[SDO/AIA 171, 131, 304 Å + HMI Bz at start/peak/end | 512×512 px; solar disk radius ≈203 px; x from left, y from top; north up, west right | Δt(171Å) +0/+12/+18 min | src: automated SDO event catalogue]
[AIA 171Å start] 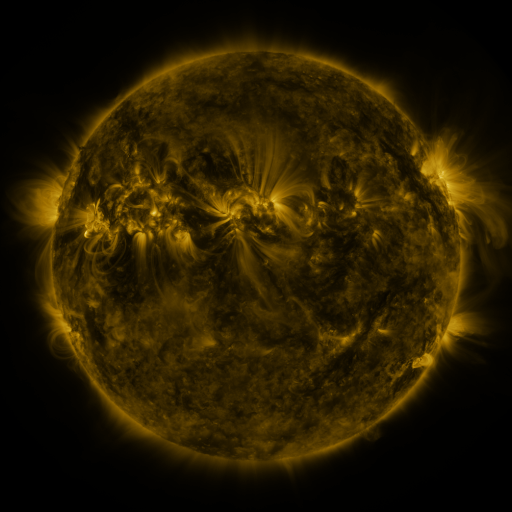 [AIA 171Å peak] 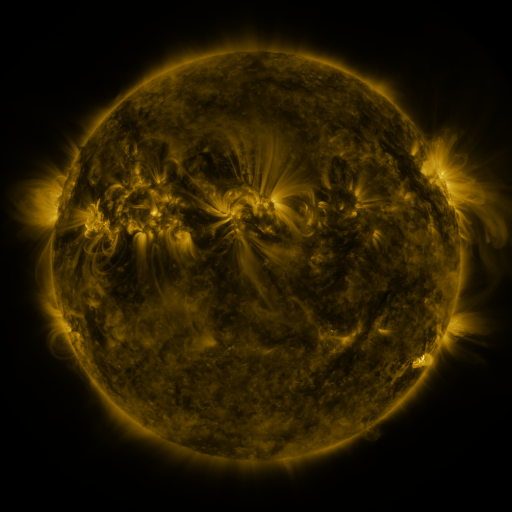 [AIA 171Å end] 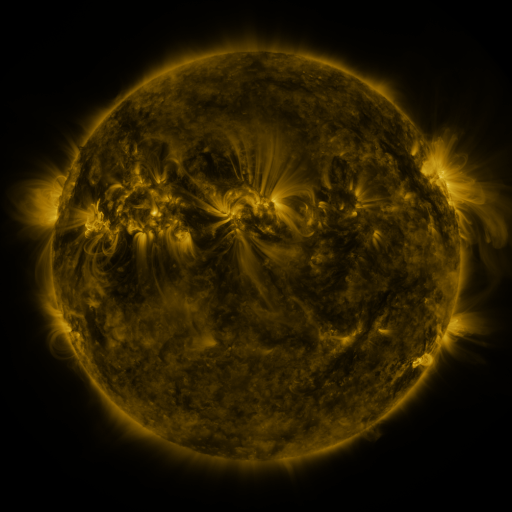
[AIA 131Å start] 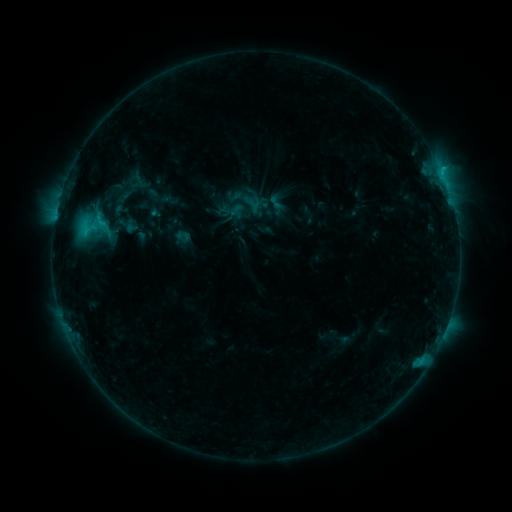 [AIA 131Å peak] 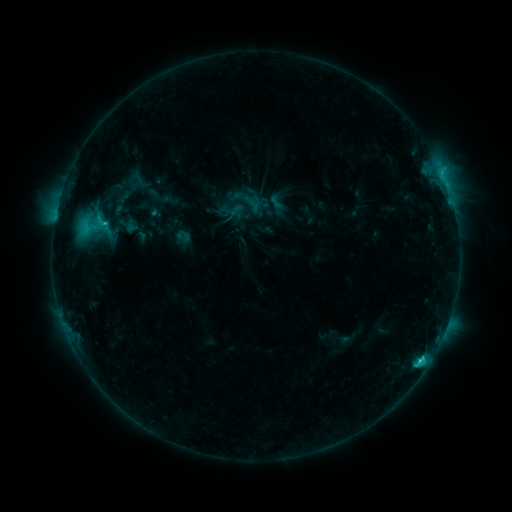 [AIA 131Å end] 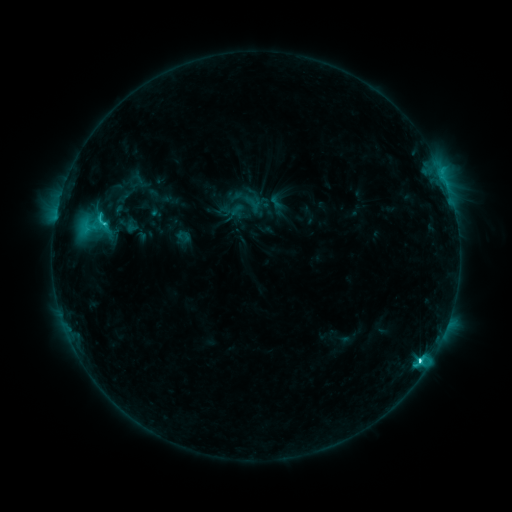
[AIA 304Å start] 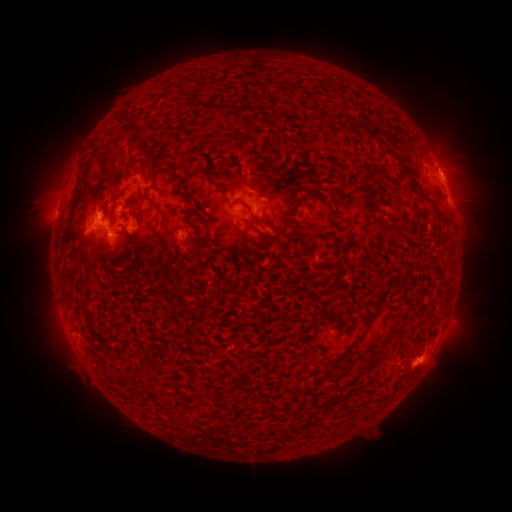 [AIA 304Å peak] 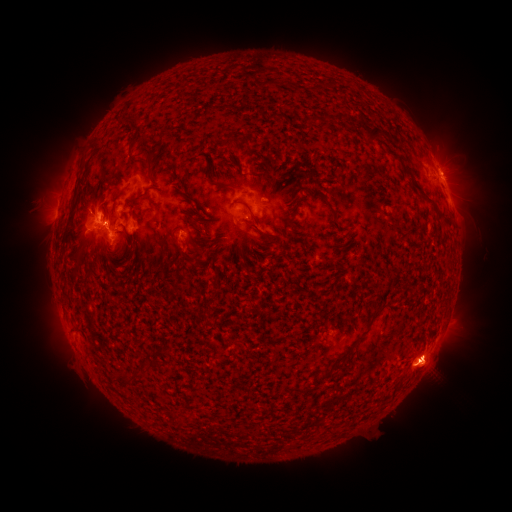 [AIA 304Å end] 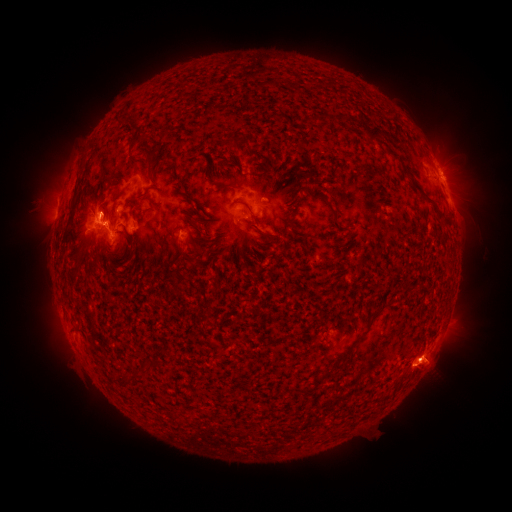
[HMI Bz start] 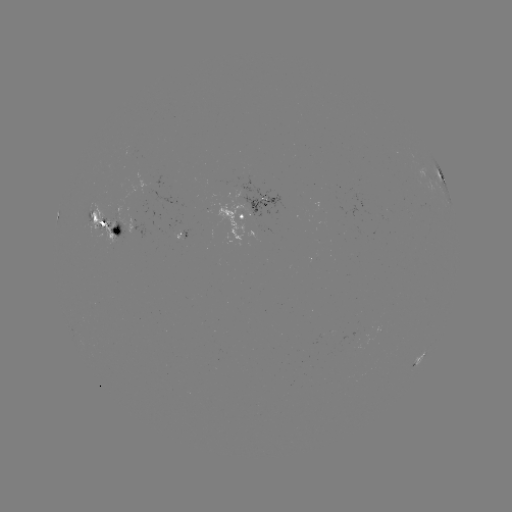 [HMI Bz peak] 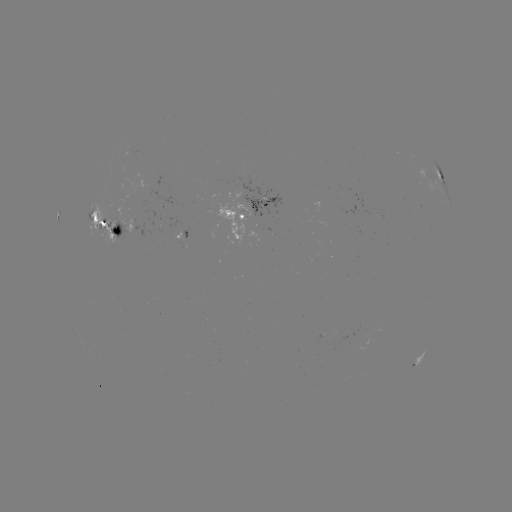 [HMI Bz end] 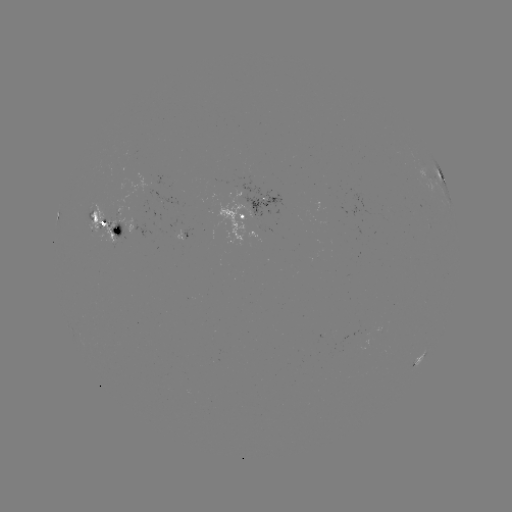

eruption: <bbox>386, 321, 472, 407</bbox>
